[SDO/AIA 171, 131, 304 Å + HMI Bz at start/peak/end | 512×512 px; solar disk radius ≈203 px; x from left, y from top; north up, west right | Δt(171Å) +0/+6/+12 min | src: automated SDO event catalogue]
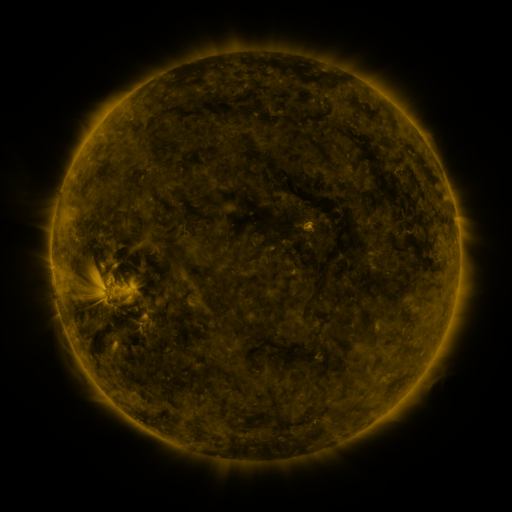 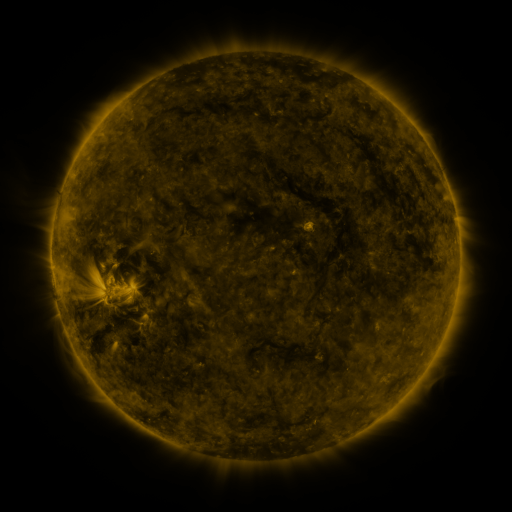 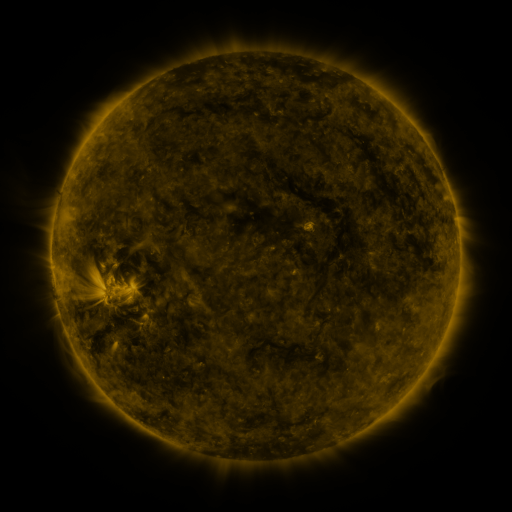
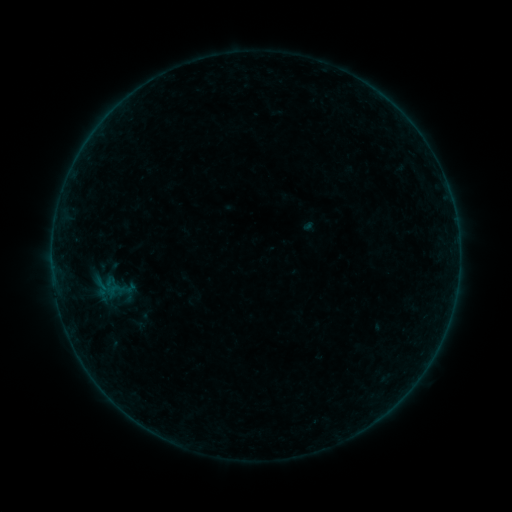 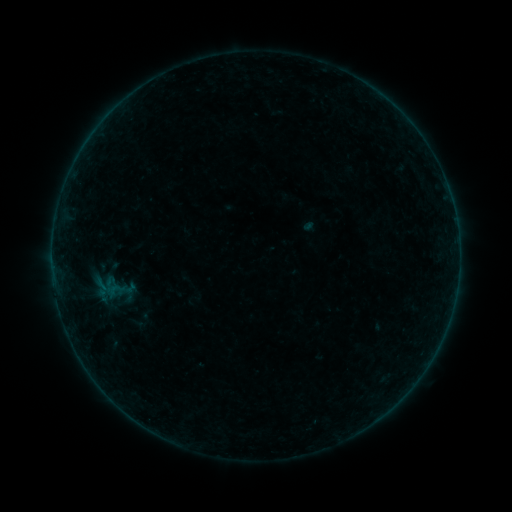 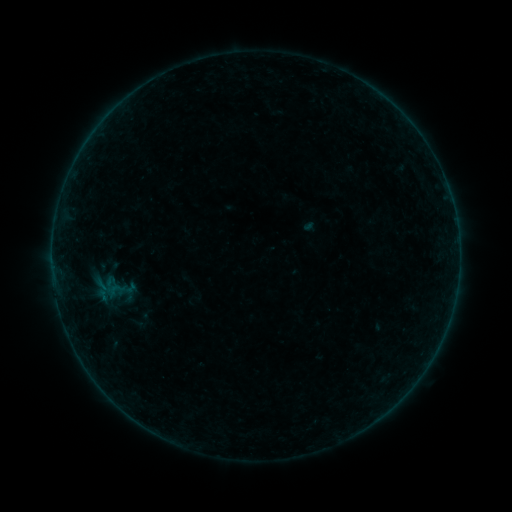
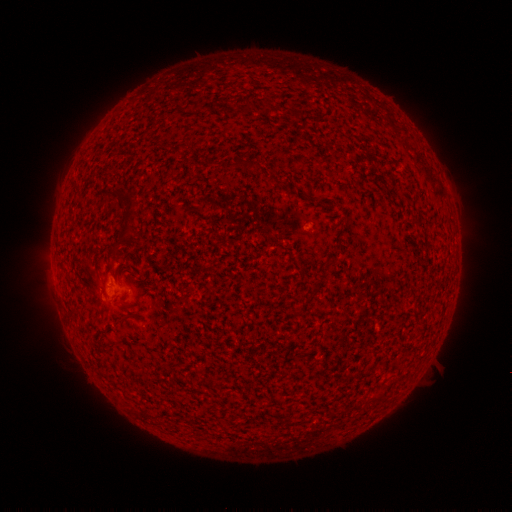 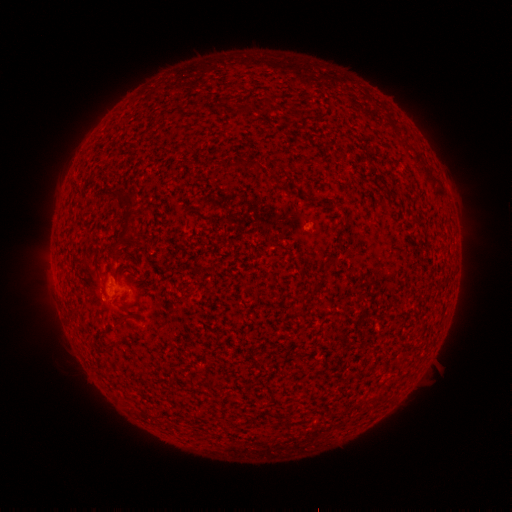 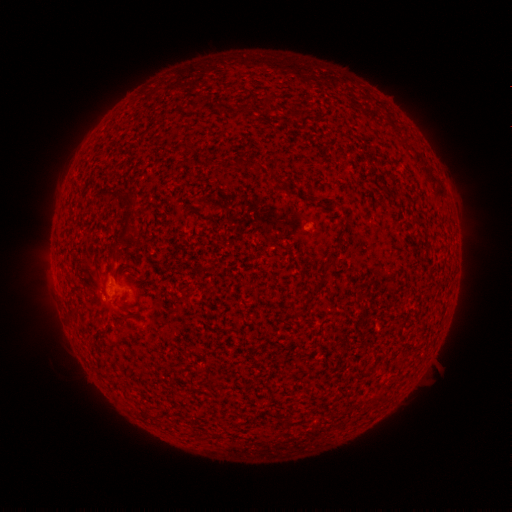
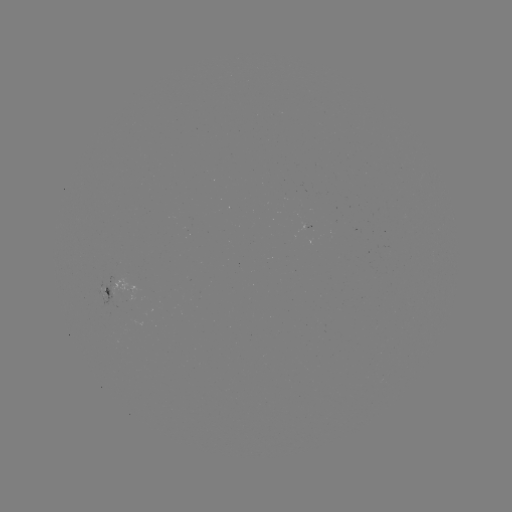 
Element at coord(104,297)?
B1.0 flare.